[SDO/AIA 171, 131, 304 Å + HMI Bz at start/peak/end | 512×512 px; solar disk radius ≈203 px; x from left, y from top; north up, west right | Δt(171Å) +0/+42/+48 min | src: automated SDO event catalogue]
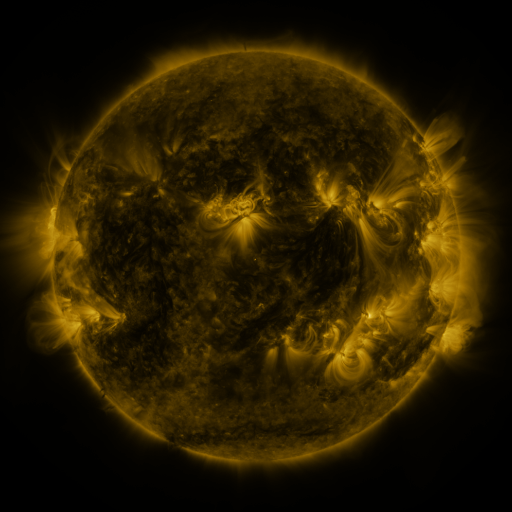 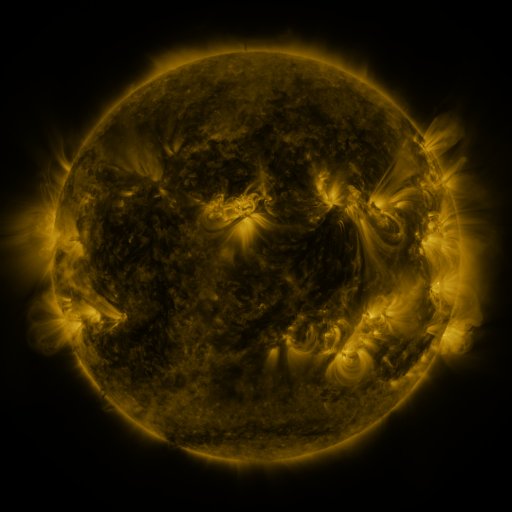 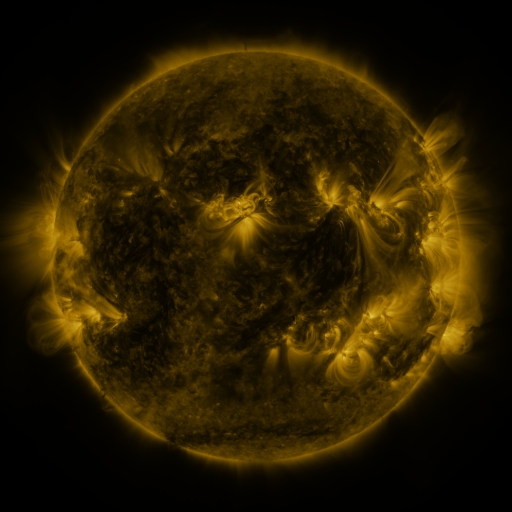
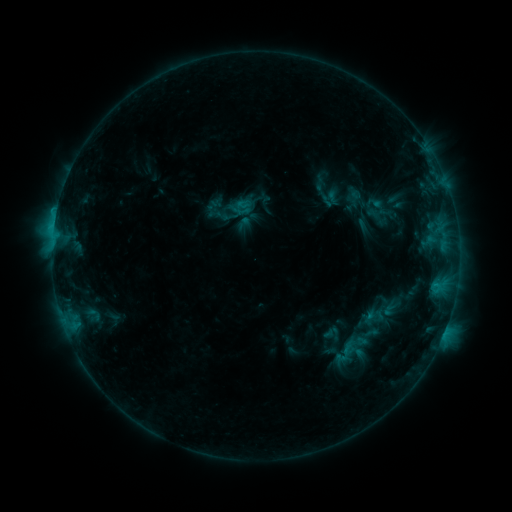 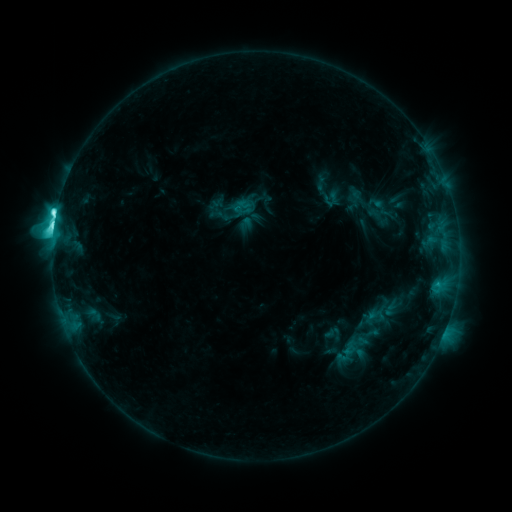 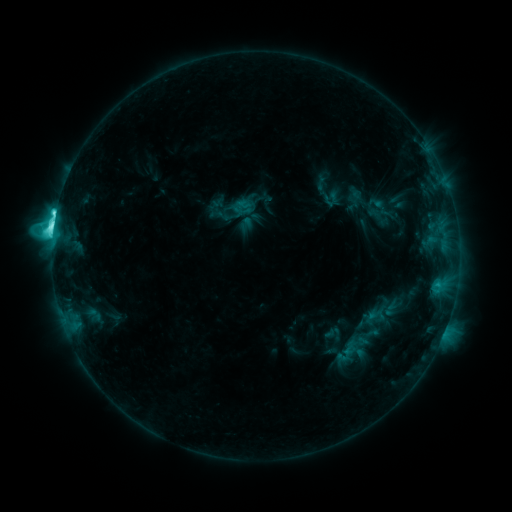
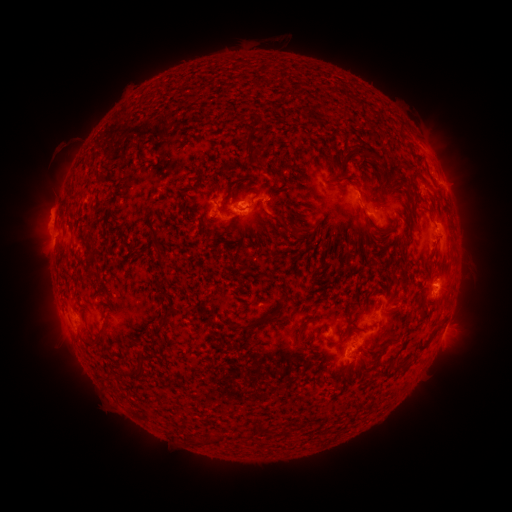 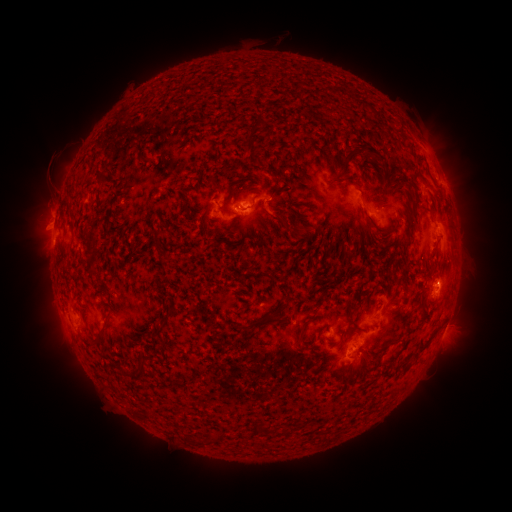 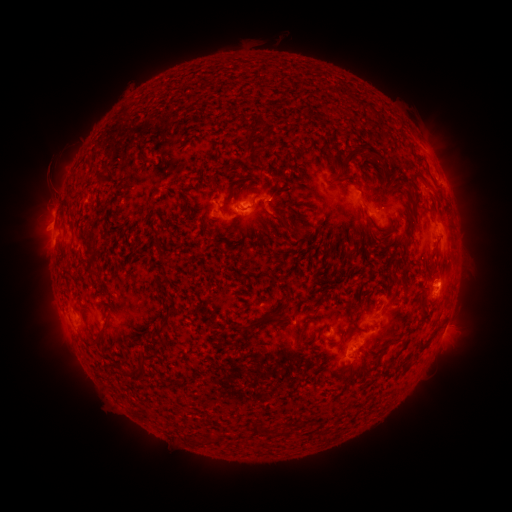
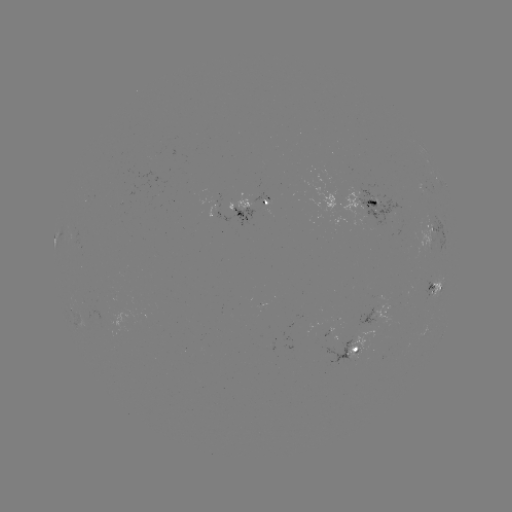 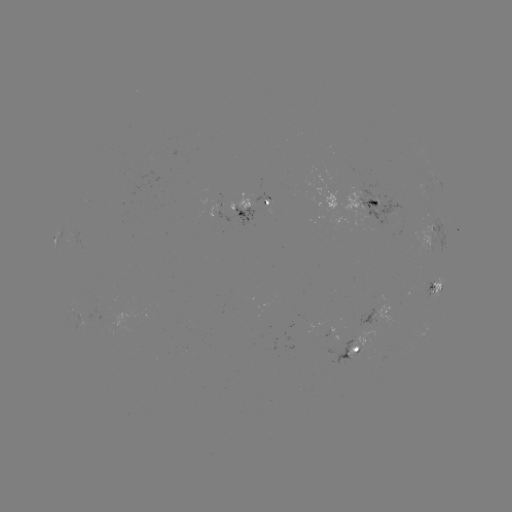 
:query C9.9 flare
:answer [56, 217]